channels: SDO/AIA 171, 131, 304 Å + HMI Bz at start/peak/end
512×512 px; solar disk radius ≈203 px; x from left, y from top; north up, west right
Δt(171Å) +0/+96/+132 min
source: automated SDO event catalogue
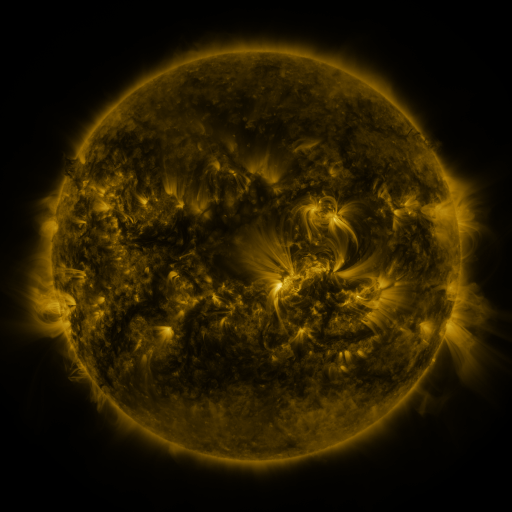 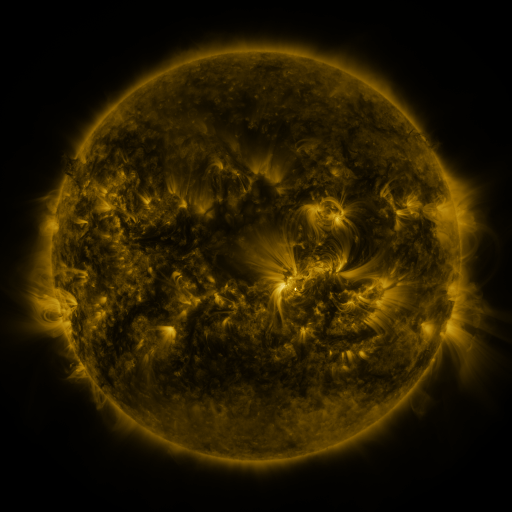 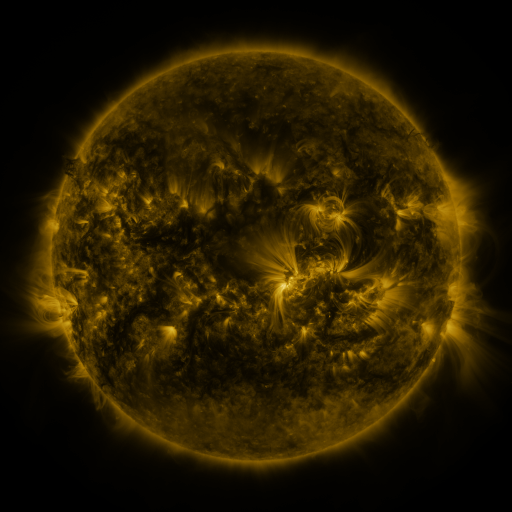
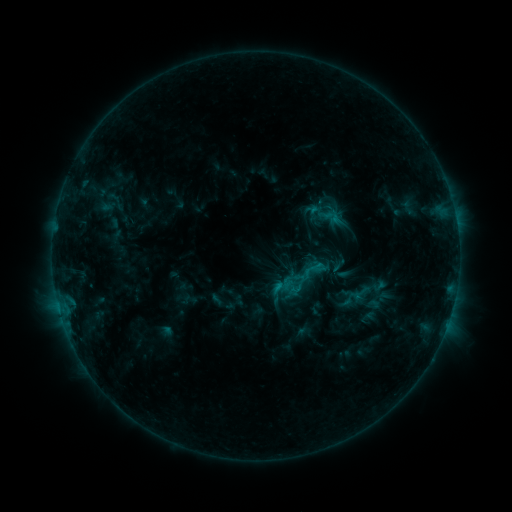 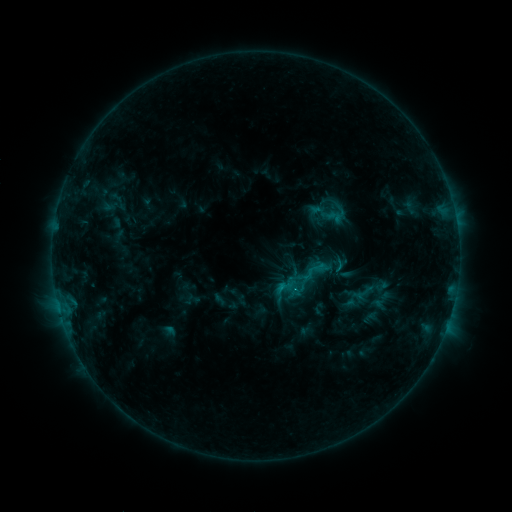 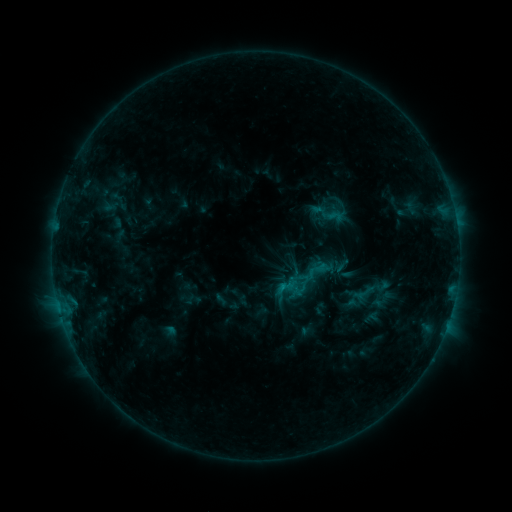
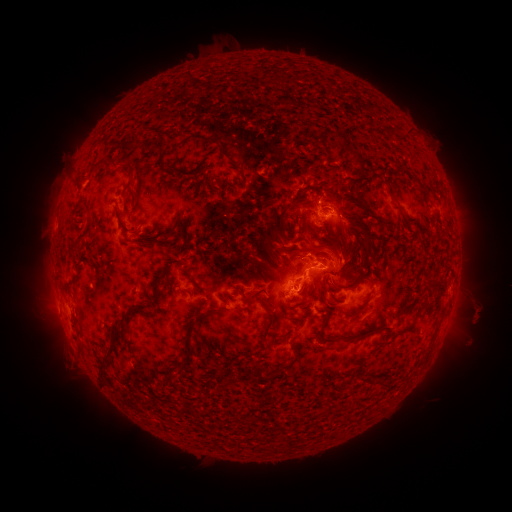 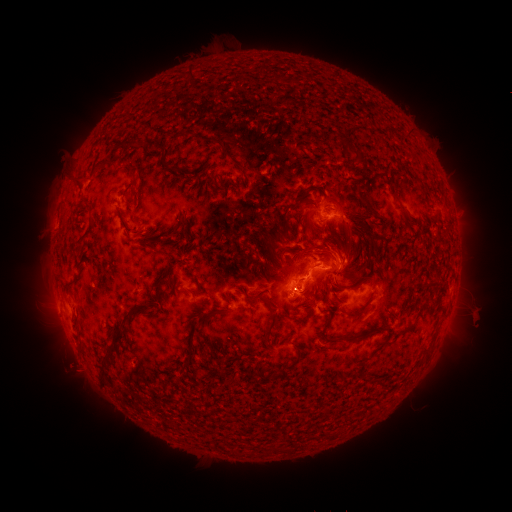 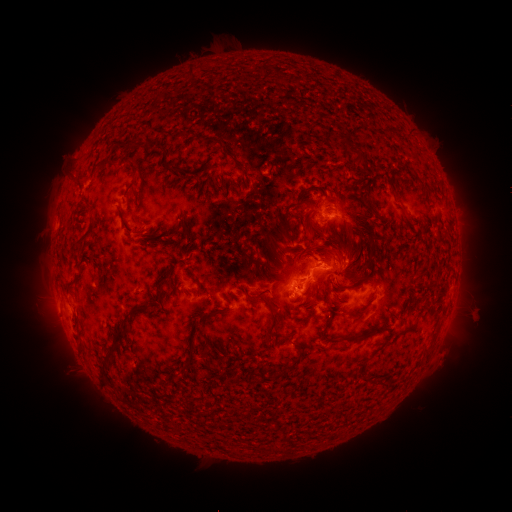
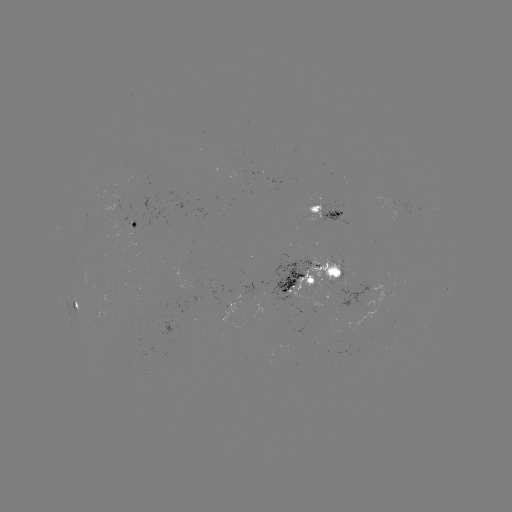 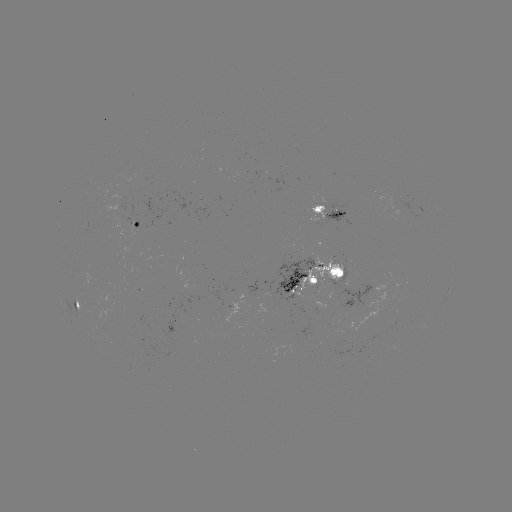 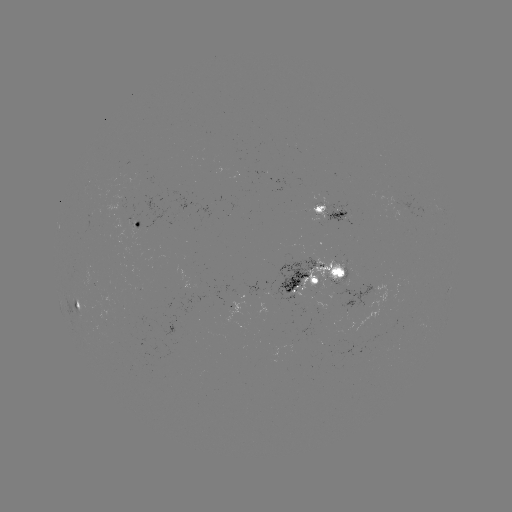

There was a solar emerging-flux region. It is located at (90, 281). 